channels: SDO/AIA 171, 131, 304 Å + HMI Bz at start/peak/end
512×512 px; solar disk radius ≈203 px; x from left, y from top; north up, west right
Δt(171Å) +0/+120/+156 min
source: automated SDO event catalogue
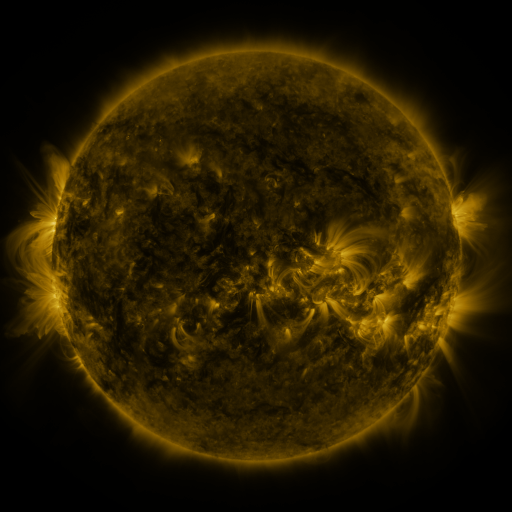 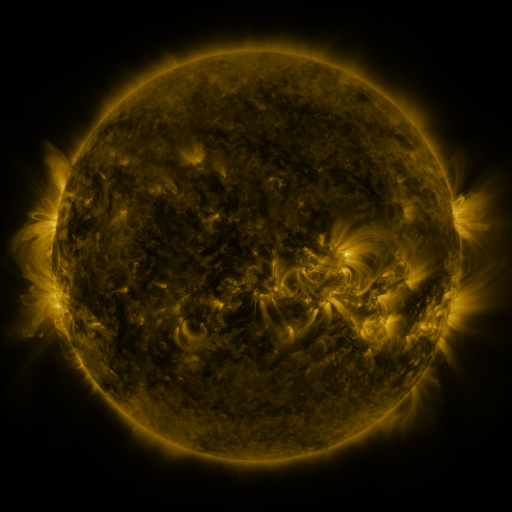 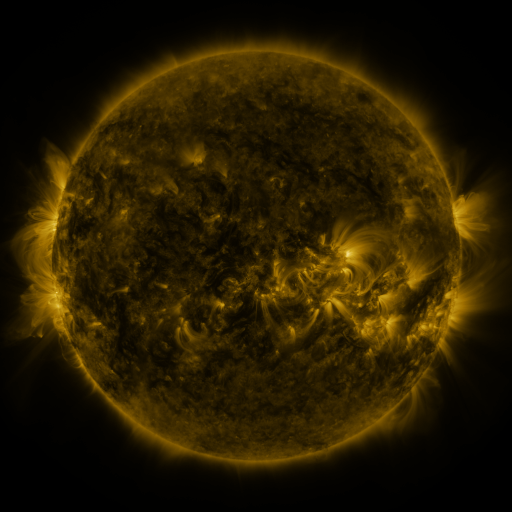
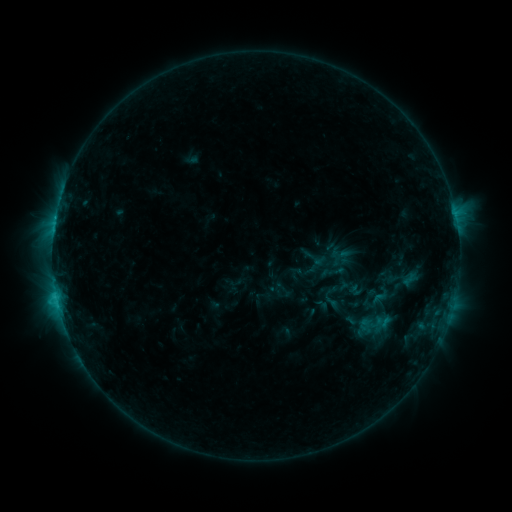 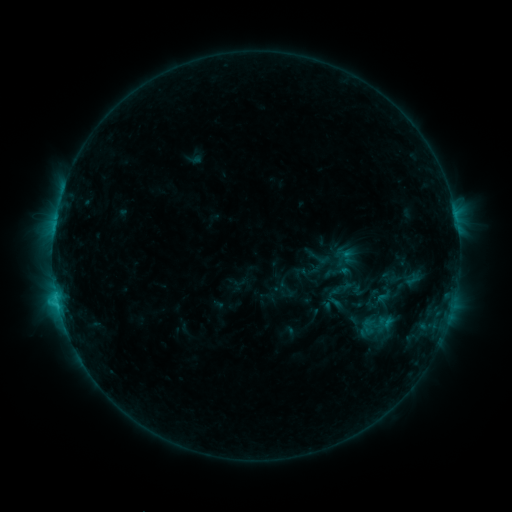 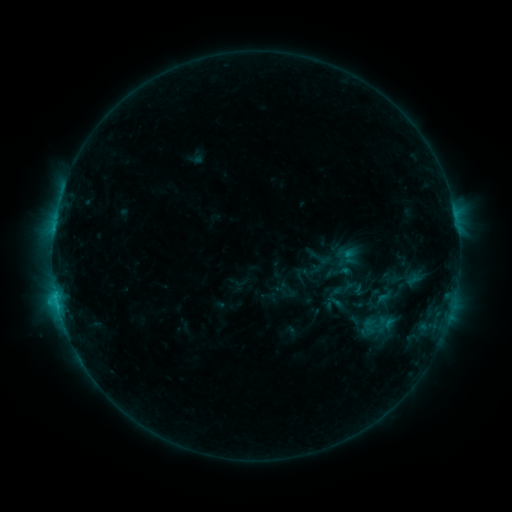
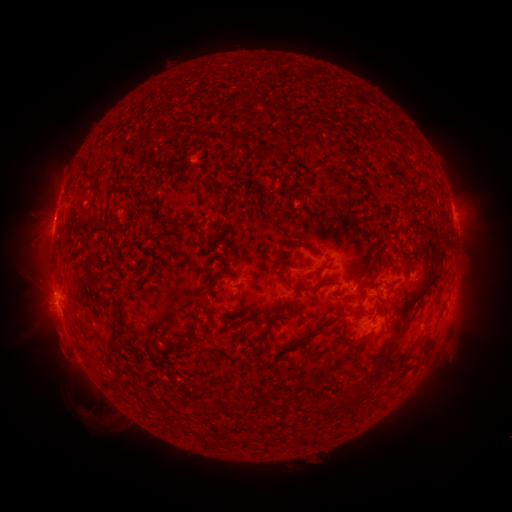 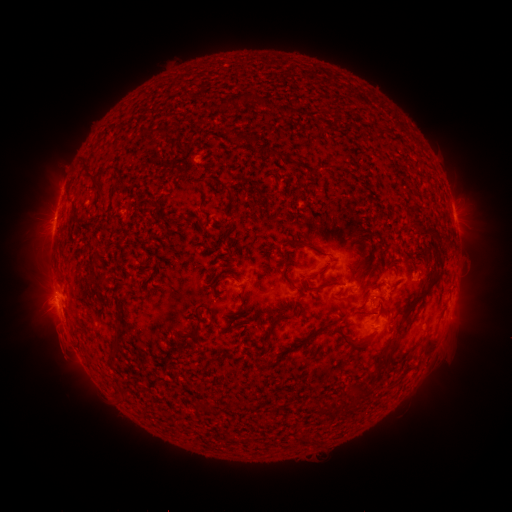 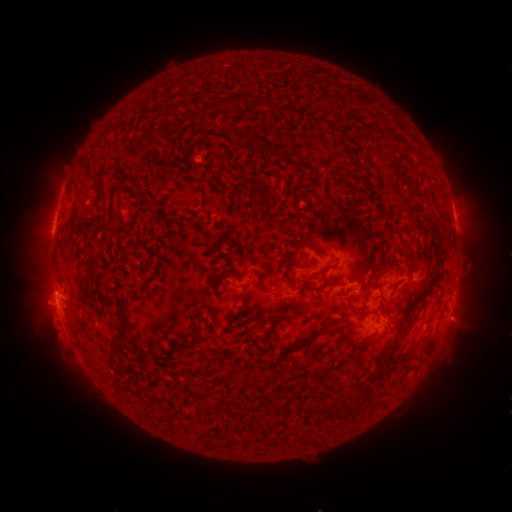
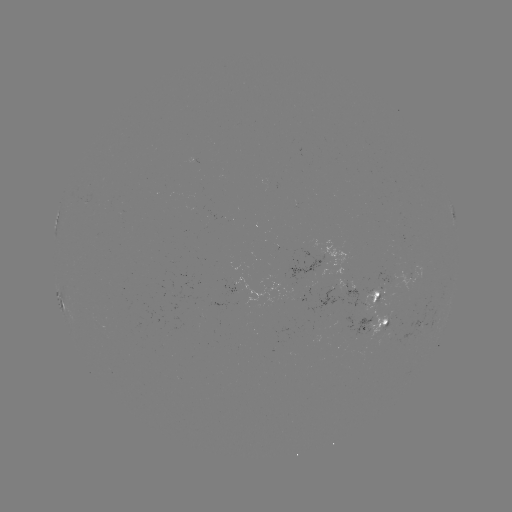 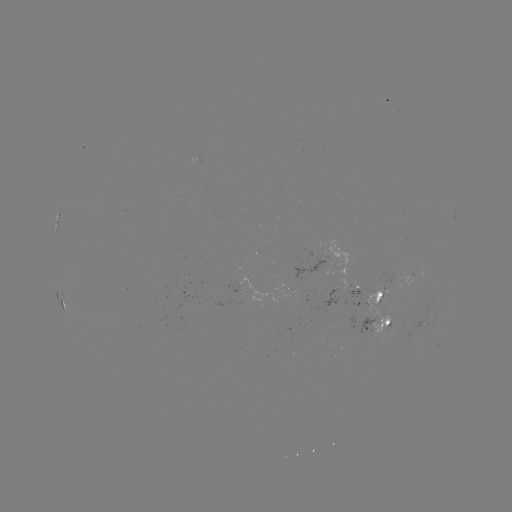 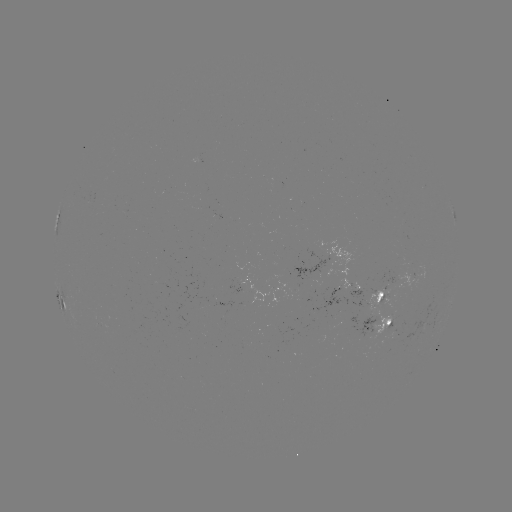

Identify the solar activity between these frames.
emerging-flux region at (311, 290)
